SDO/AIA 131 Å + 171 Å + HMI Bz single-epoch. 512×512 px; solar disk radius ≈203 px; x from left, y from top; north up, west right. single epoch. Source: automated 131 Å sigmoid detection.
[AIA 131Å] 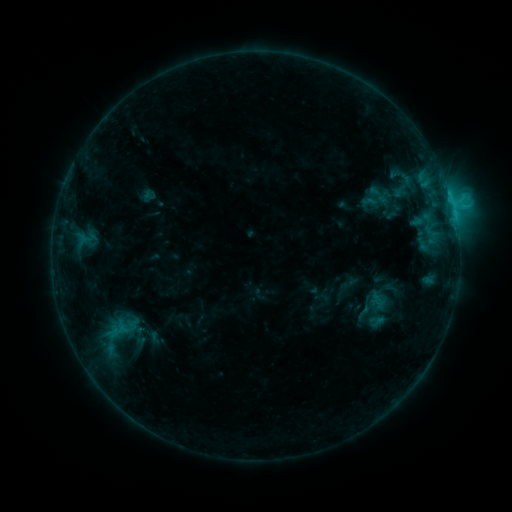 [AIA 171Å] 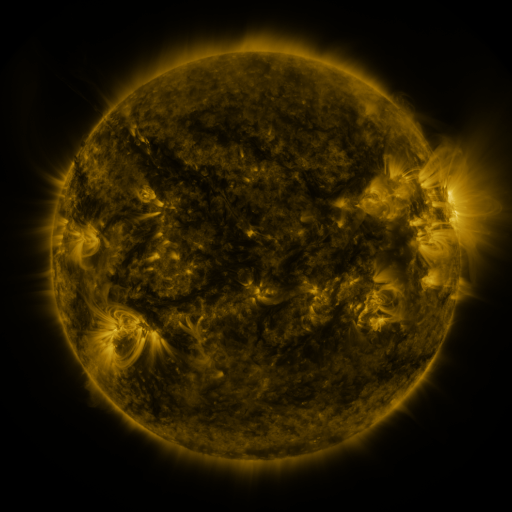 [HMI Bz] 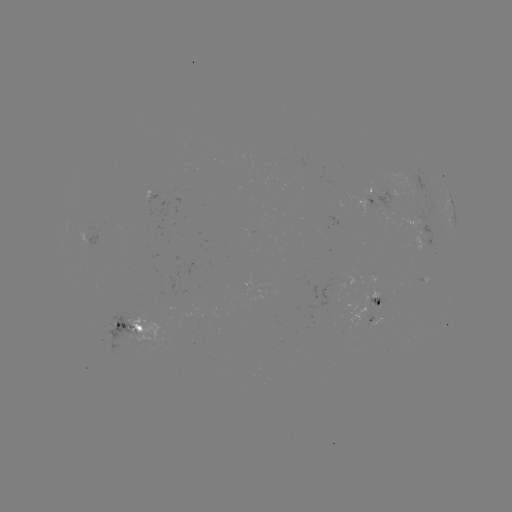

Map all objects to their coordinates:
sigmoid: <bbox>362, 183, 395, 206</bbox>
sigmoid: <bbox>357, 289, 398, 330</bbox>
